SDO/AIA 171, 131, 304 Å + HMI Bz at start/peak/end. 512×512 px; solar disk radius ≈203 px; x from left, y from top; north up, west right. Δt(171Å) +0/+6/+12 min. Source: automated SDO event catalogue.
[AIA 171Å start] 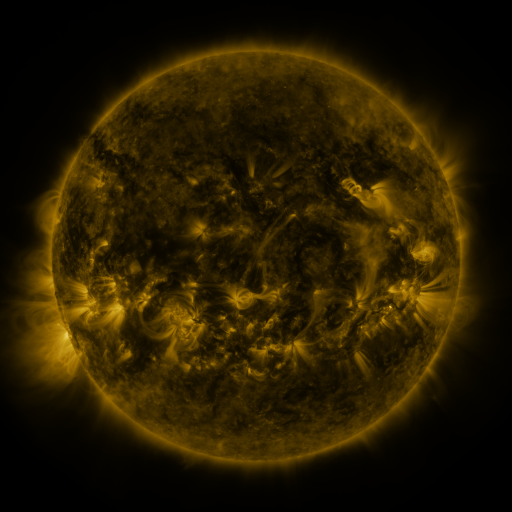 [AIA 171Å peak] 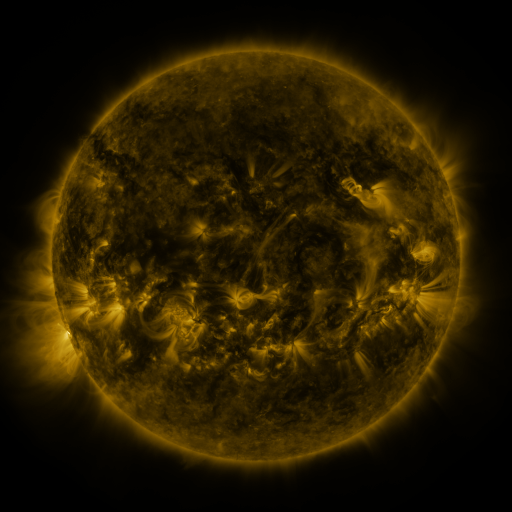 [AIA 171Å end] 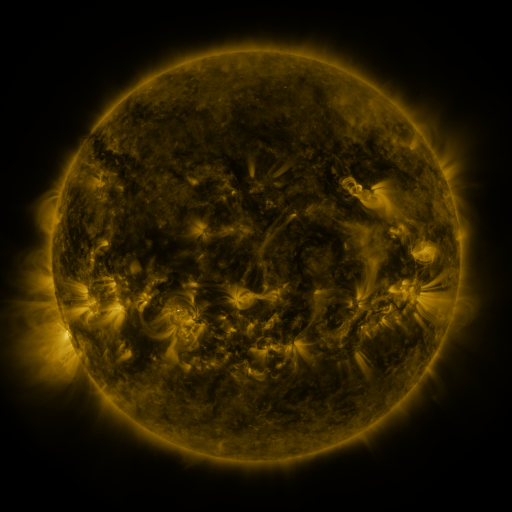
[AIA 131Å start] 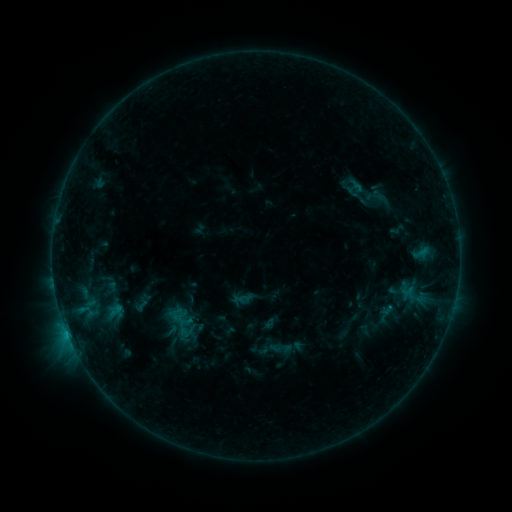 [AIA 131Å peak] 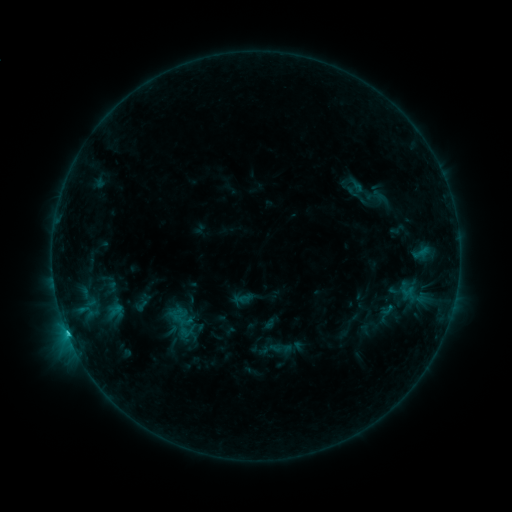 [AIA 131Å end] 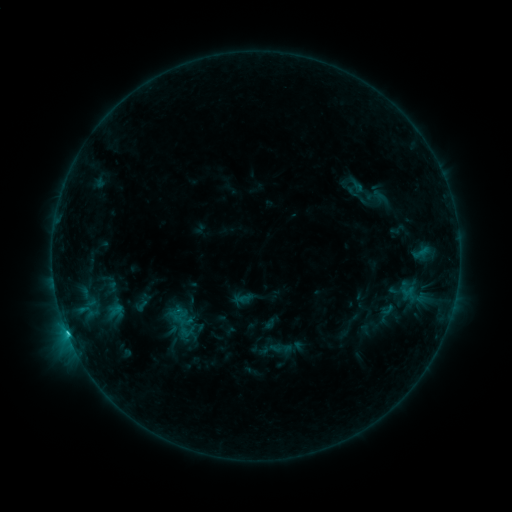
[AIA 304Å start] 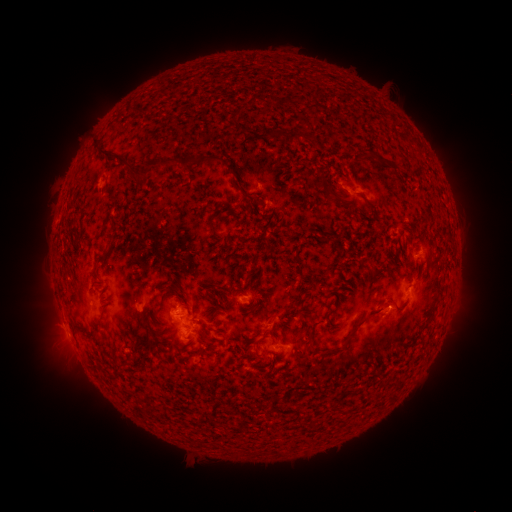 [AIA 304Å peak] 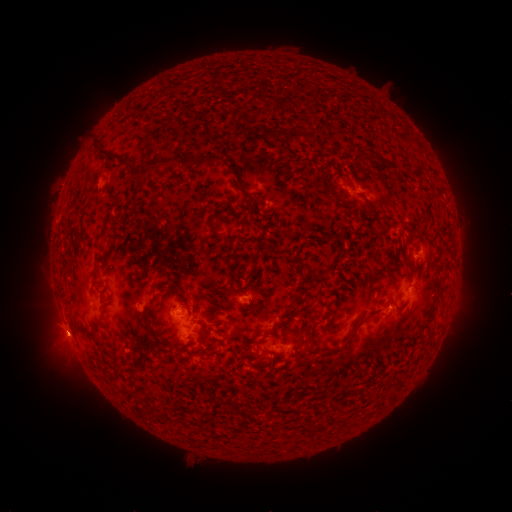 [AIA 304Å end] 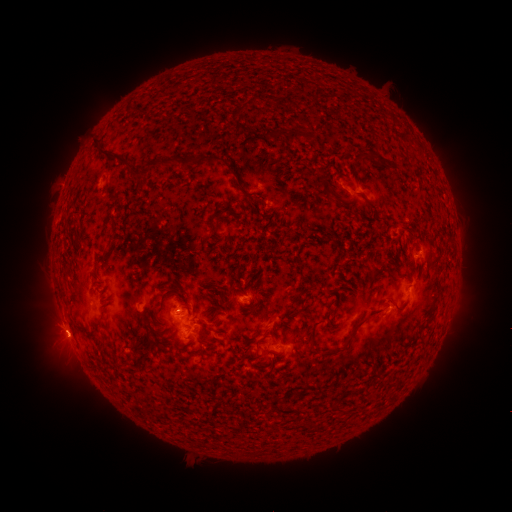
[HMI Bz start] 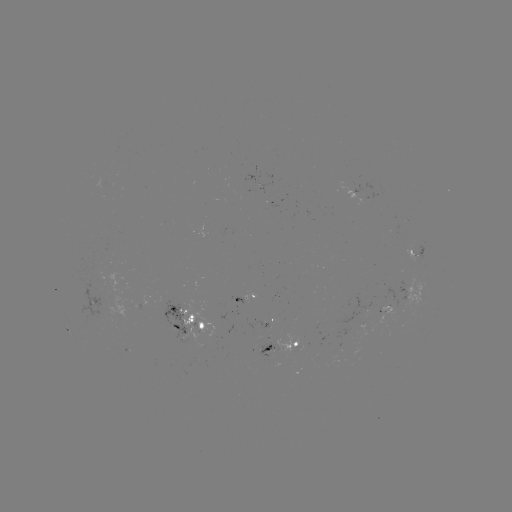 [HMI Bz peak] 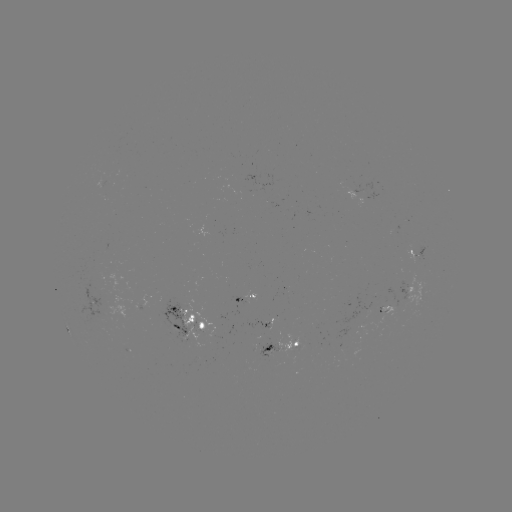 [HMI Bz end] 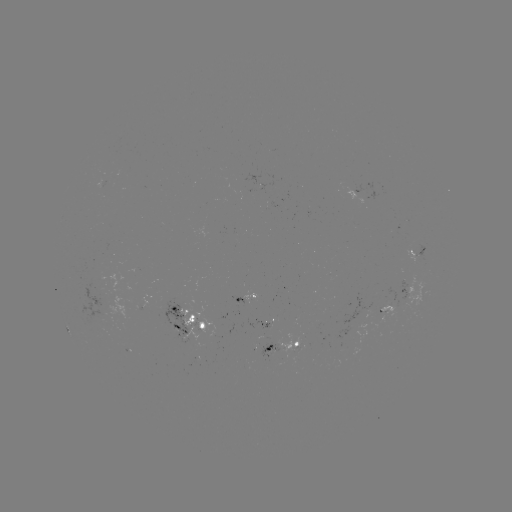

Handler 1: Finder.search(C1.3 flare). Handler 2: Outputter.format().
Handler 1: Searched C1.3 flare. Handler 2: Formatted [68, 332].